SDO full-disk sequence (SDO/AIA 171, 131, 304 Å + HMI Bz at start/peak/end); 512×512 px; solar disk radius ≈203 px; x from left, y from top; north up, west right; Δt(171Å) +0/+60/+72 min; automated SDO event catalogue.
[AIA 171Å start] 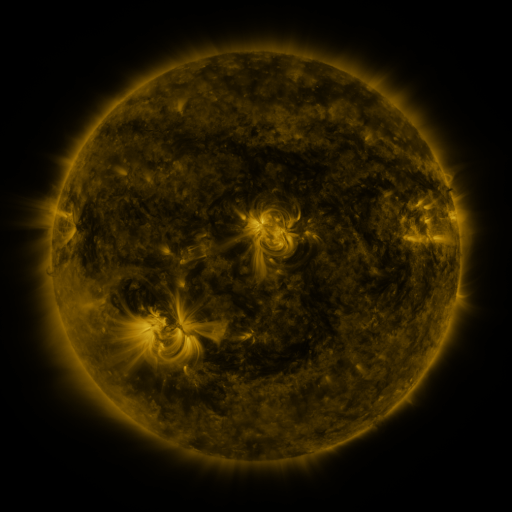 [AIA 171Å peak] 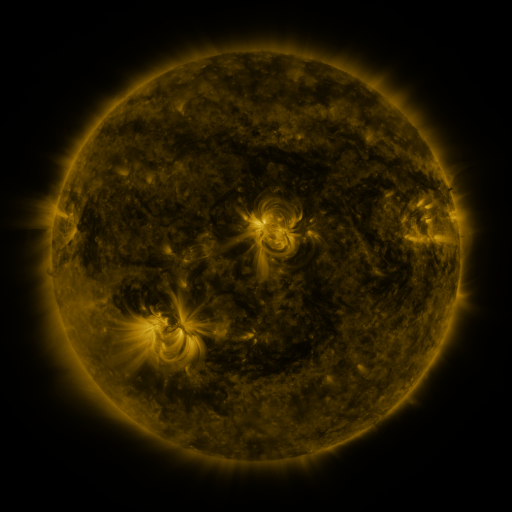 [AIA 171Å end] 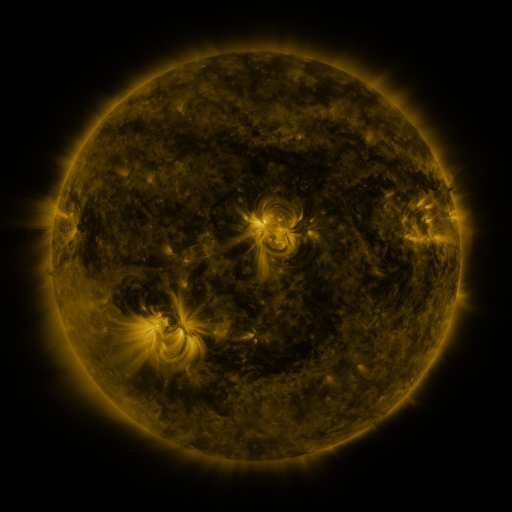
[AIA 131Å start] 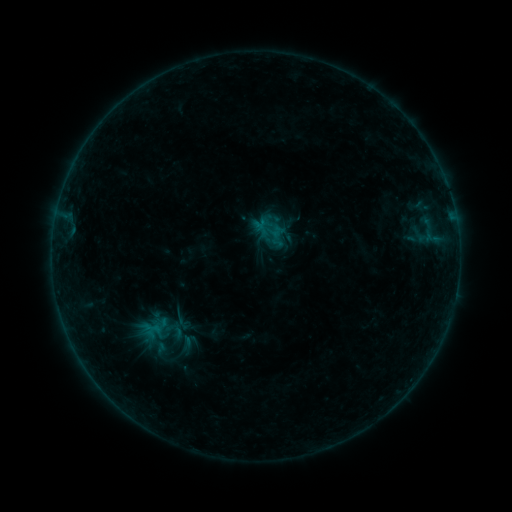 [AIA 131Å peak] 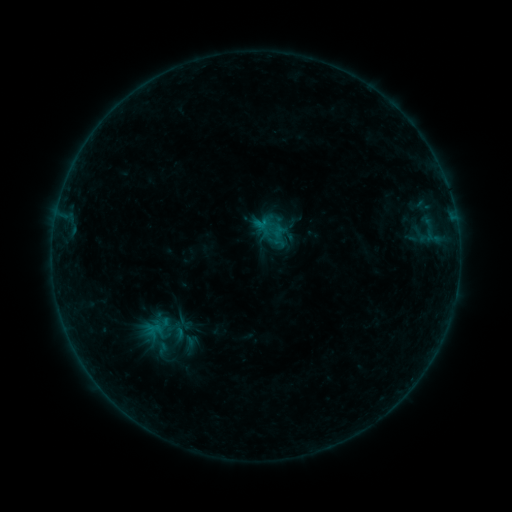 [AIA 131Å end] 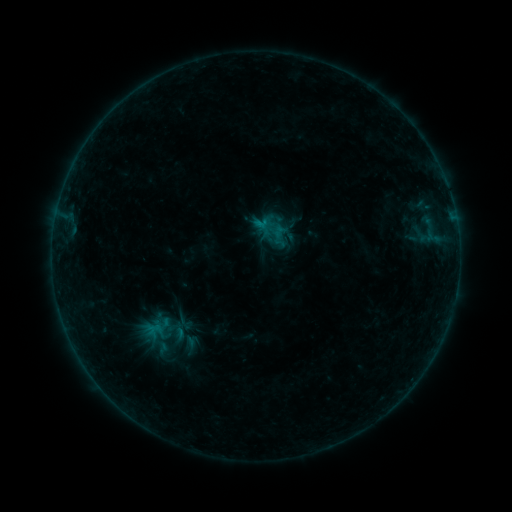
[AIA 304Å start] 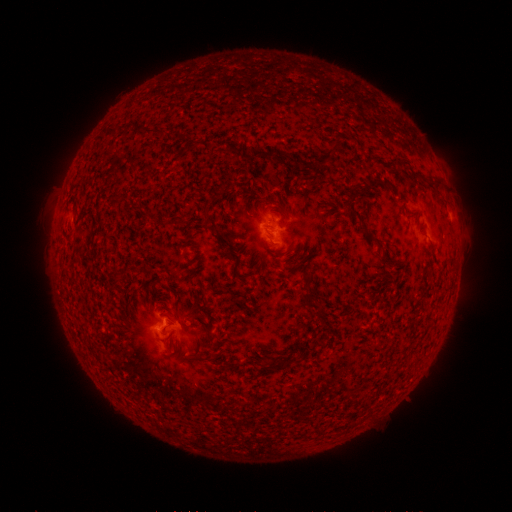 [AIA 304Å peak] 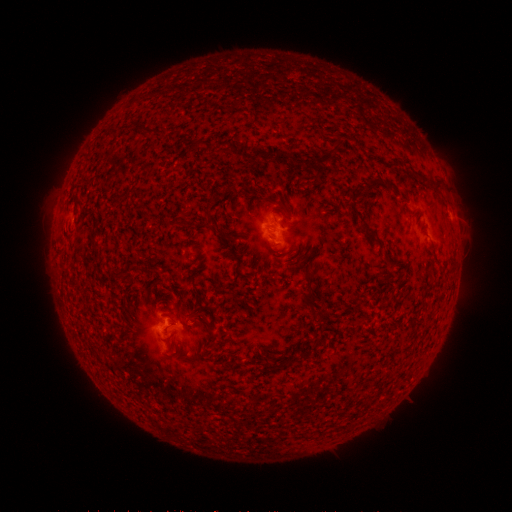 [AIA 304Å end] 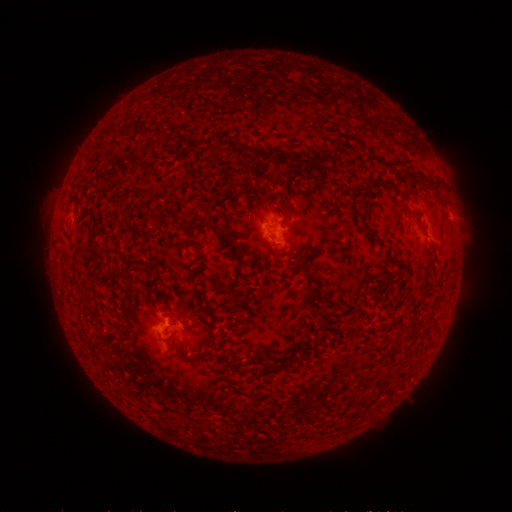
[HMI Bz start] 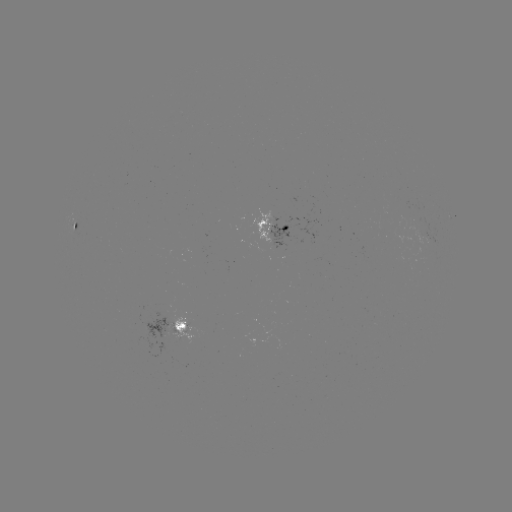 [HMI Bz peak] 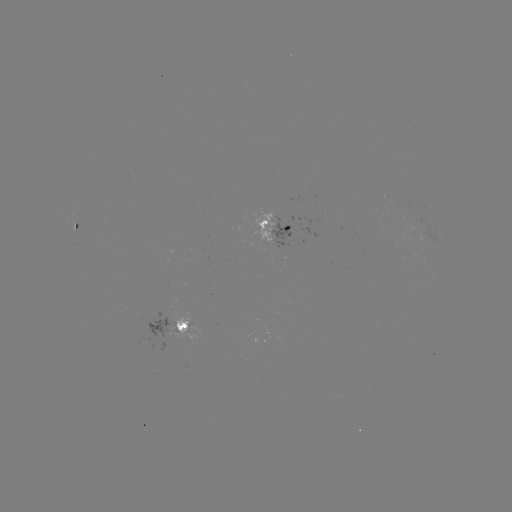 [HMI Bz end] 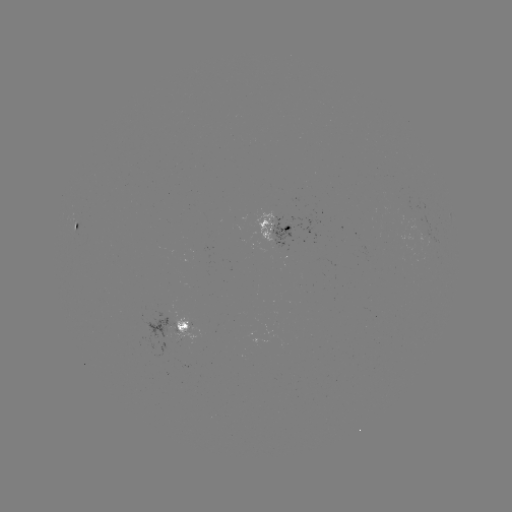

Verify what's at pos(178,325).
emerging-flux region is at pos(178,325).